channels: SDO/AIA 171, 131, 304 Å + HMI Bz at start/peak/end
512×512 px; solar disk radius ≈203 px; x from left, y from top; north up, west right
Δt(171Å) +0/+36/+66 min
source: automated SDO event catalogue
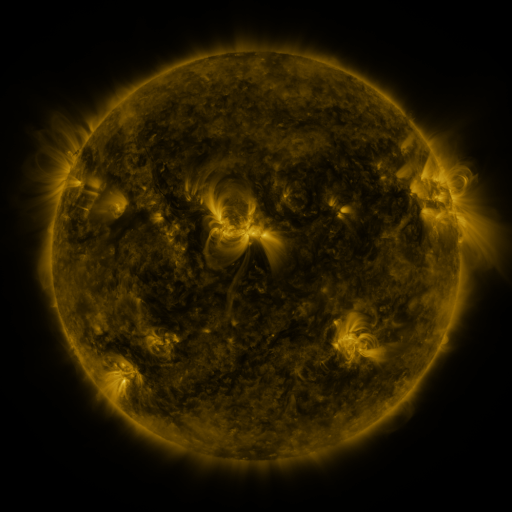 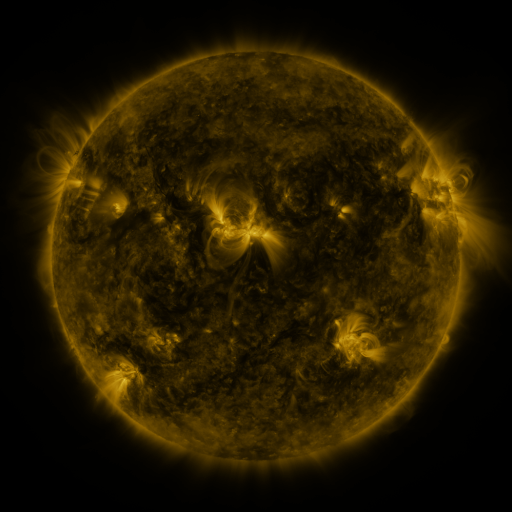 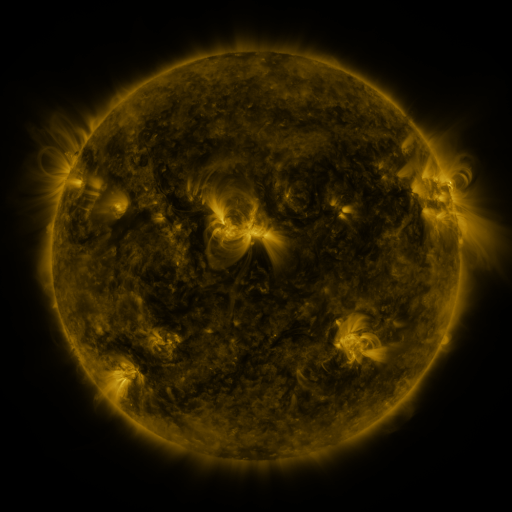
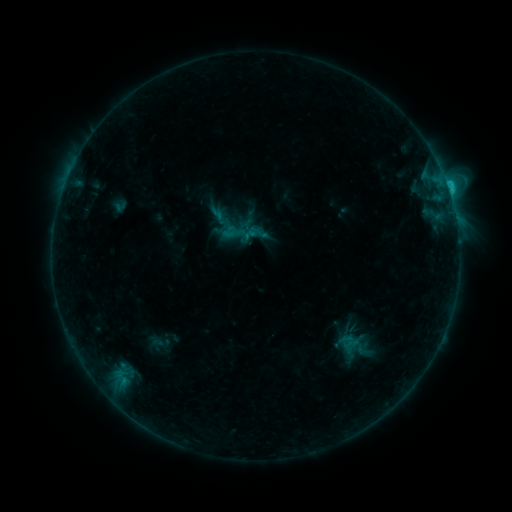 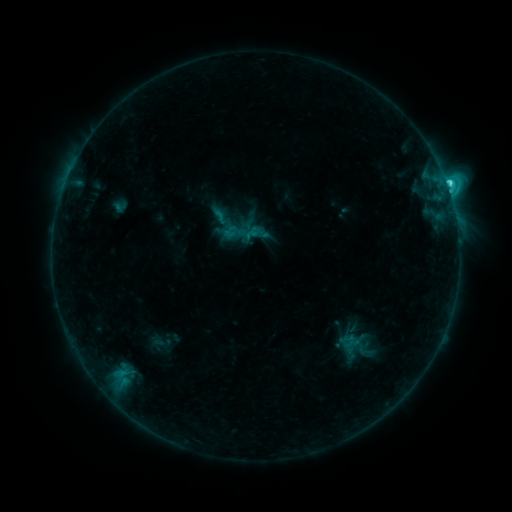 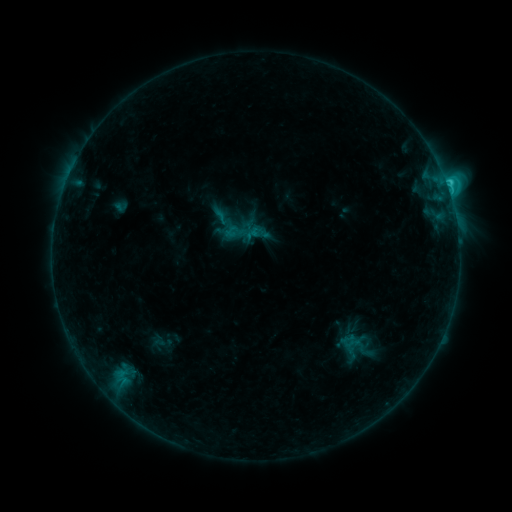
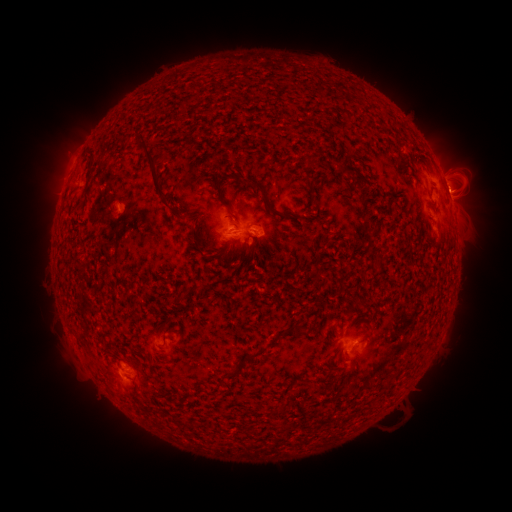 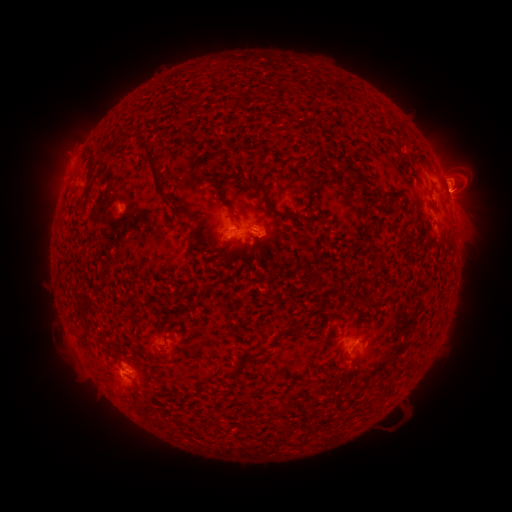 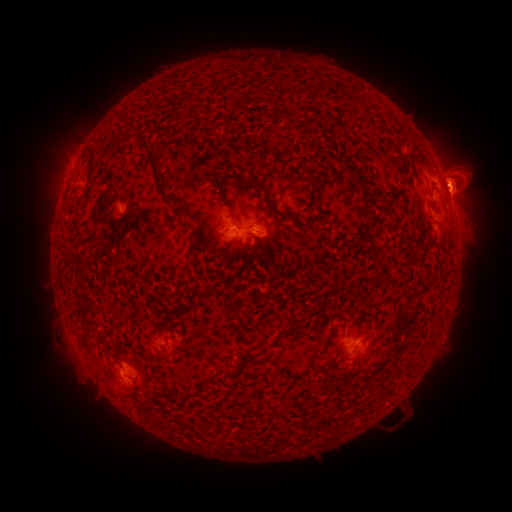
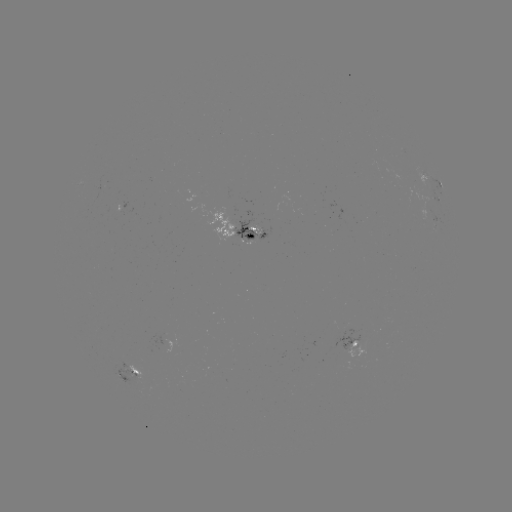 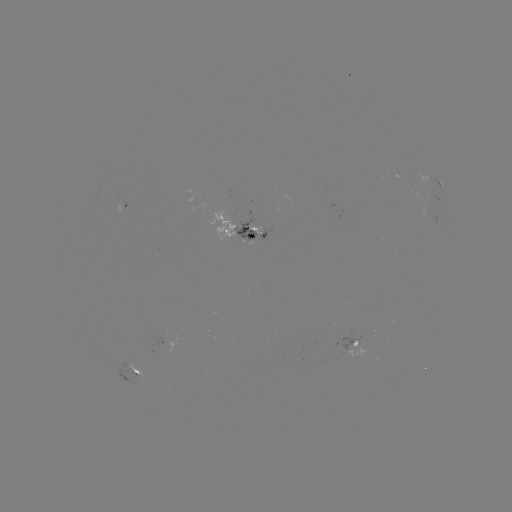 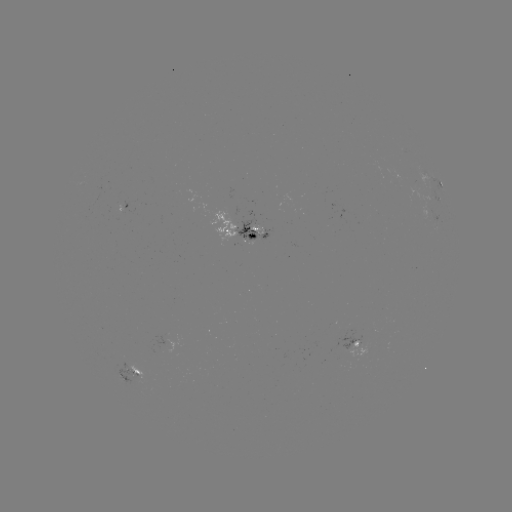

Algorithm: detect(C4.6 flare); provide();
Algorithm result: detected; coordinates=(446, 188)